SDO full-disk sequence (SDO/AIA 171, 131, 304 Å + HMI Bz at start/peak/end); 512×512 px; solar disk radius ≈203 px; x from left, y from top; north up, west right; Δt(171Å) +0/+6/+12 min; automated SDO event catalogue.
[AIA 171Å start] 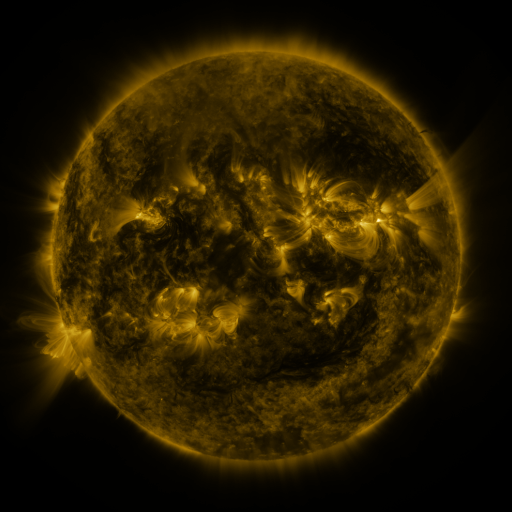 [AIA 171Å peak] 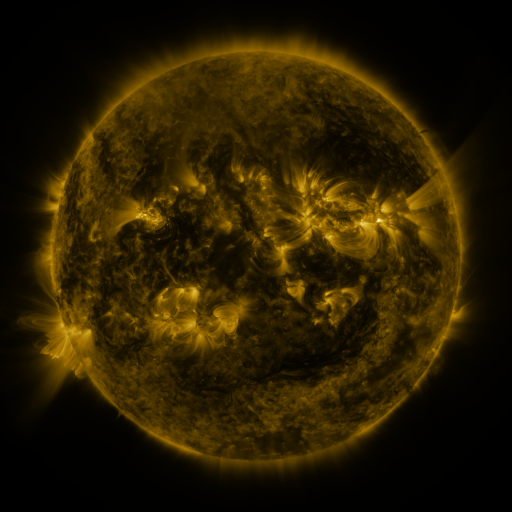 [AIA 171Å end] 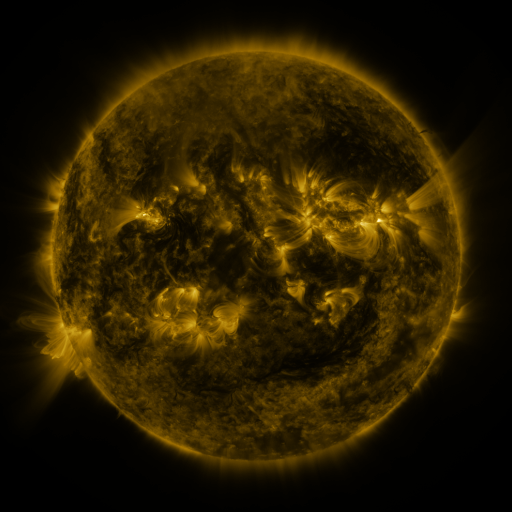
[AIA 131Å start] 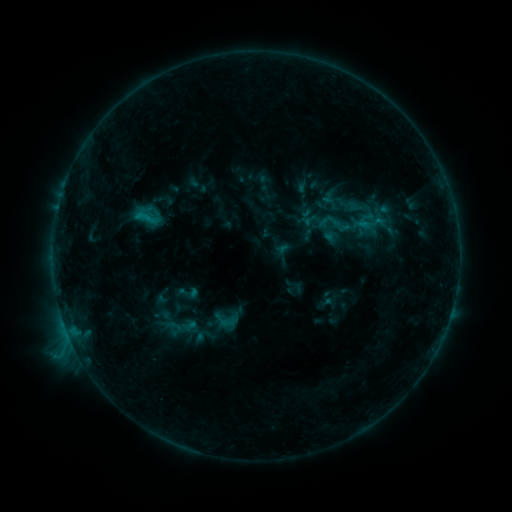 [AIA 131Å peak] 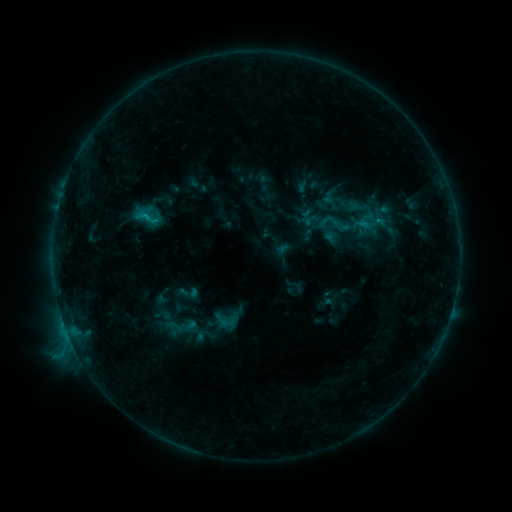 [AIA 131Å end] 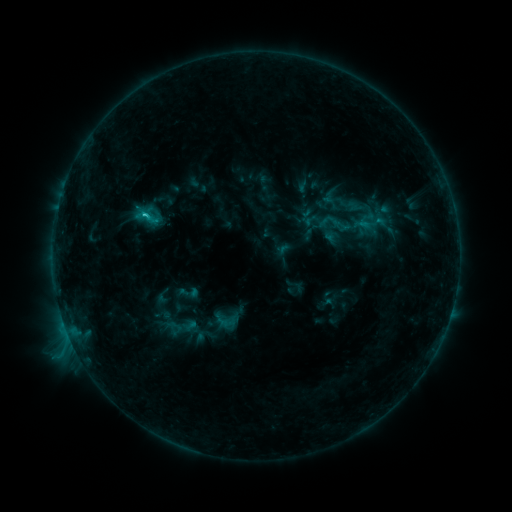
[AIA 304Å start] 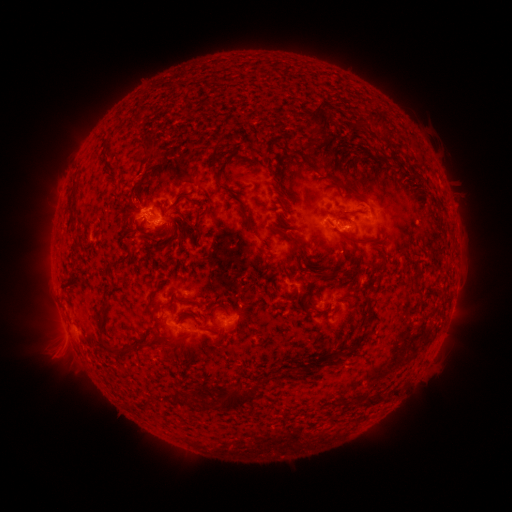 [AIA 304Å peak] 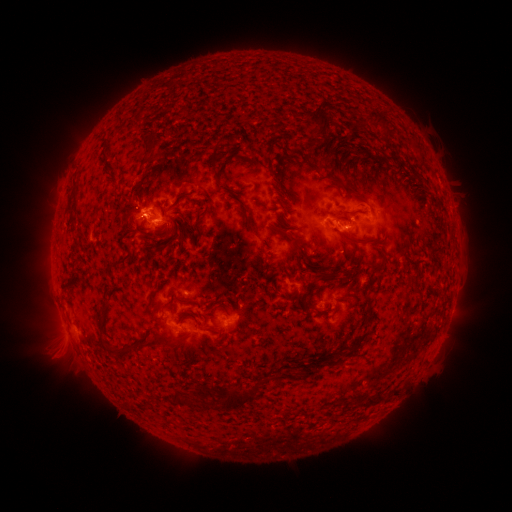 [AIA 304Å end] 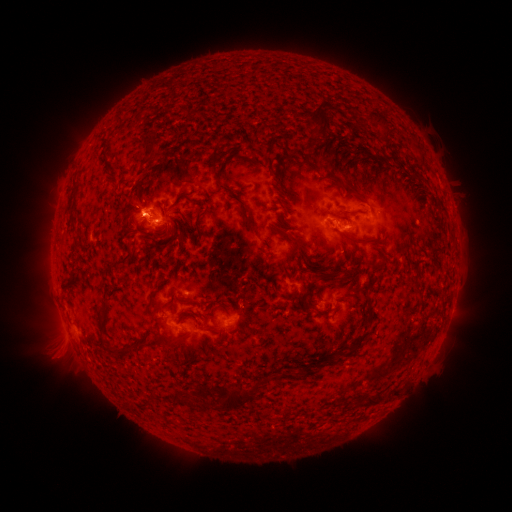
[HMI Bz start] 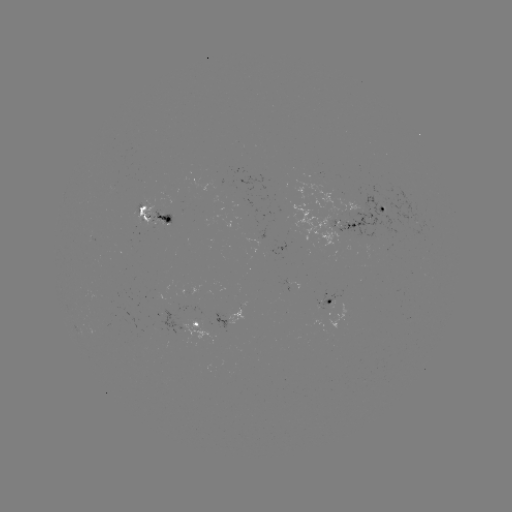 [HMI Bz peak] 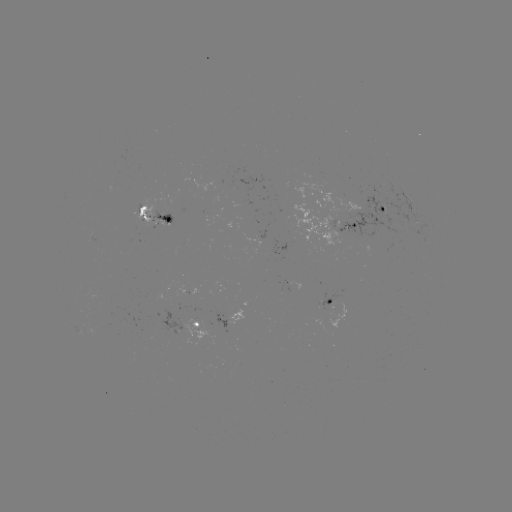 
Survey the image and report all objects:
C1.5 flare: (145, 216)
